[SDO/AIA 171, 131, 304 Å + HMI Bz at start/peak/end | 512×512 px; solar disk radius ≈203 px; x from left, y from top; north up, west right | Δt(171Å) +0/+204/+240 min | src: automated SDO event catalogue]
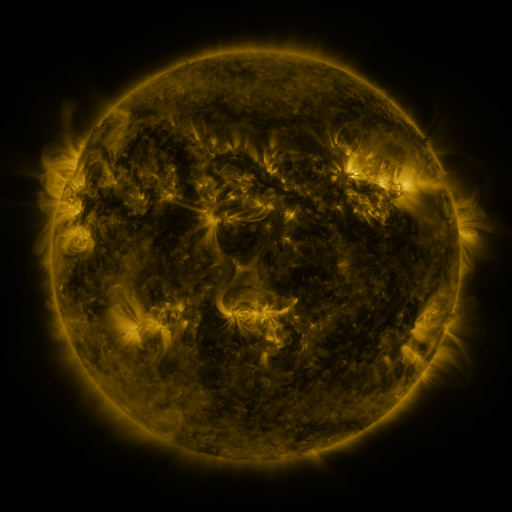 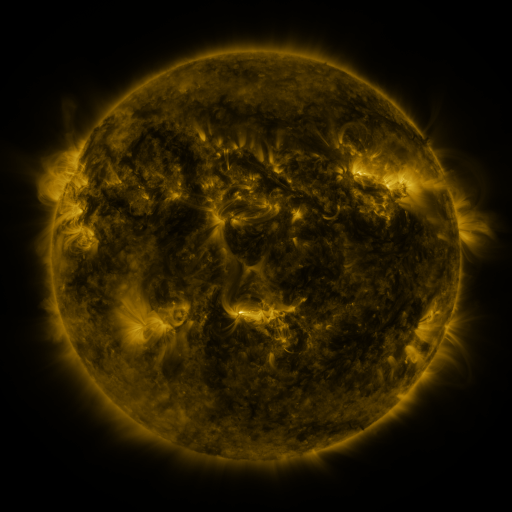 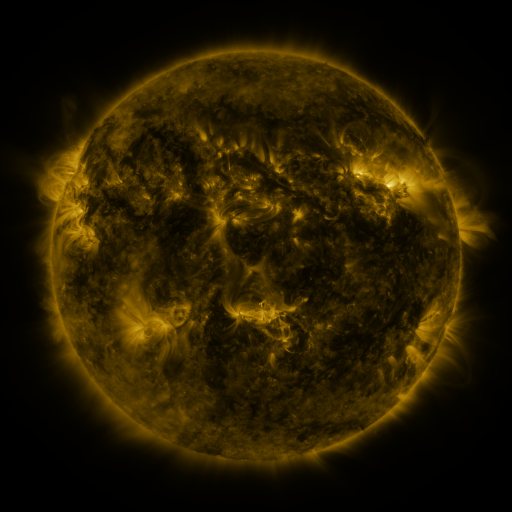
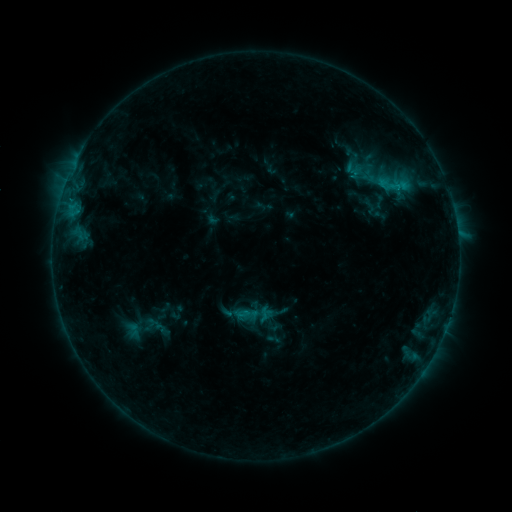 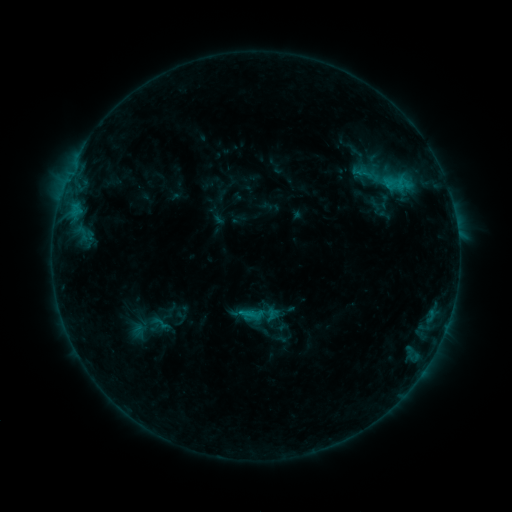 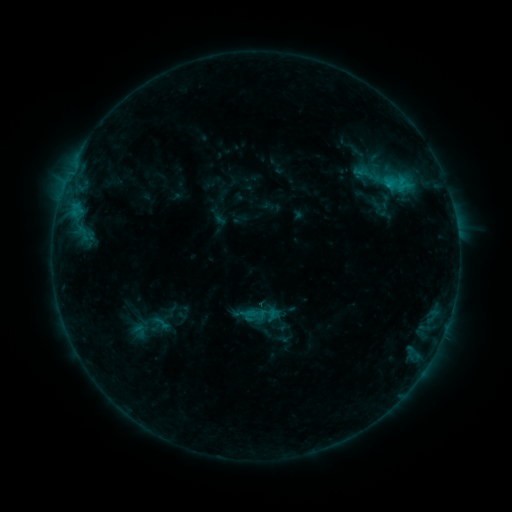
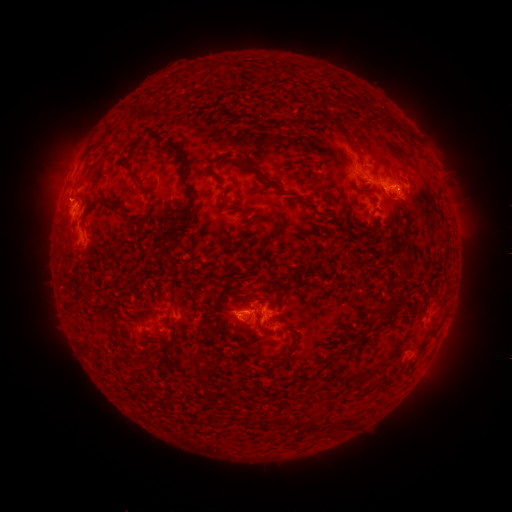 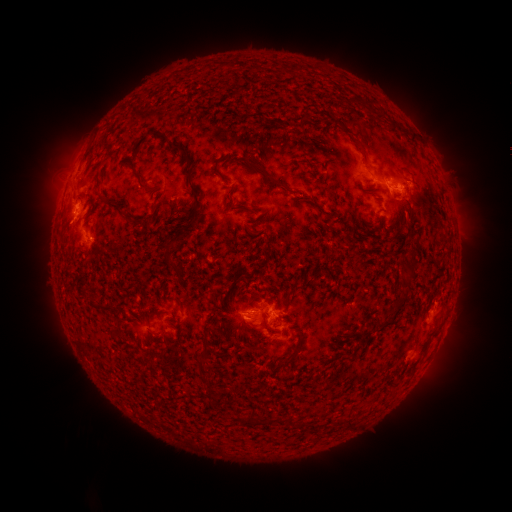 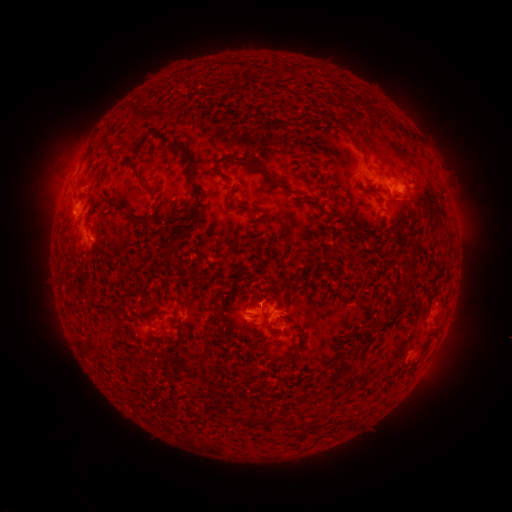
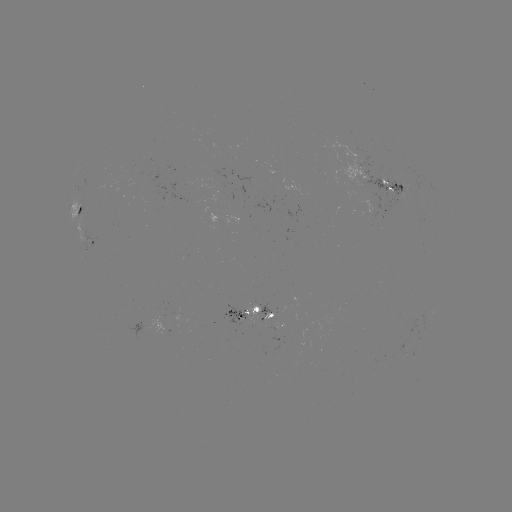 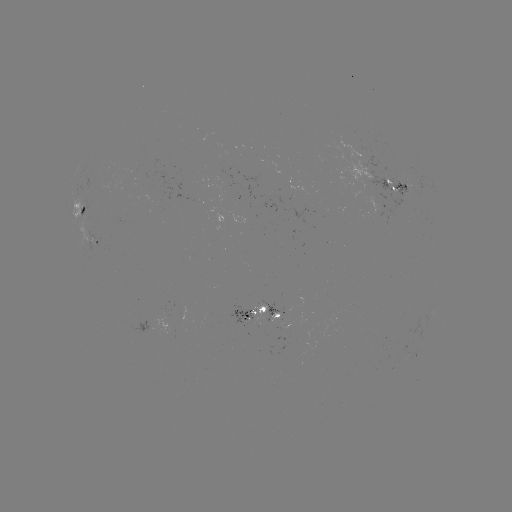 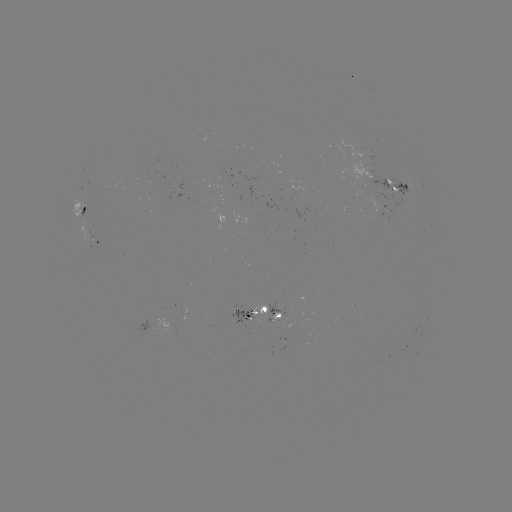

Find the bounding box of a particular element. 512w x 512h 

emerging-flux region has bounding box [131, 175, 146, 185].